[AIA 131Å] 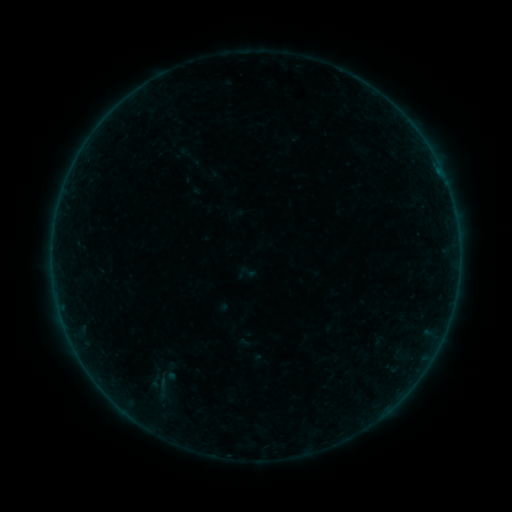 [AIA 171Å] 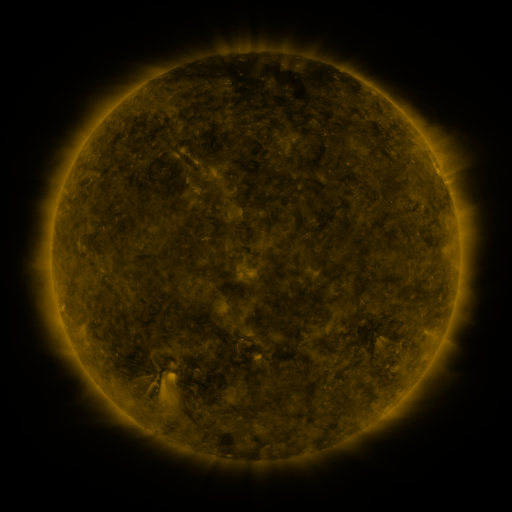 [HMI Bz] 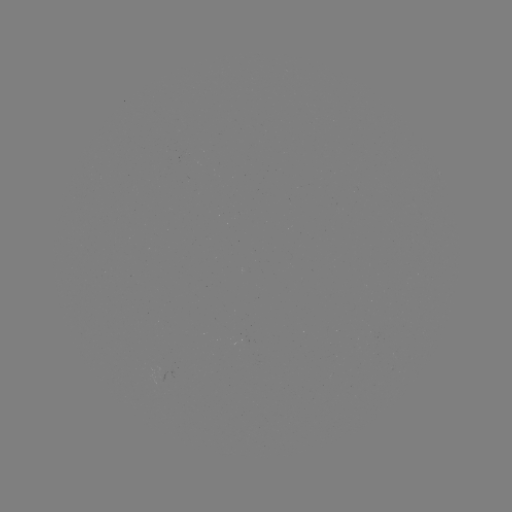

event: sigmoid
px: (162, 379)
